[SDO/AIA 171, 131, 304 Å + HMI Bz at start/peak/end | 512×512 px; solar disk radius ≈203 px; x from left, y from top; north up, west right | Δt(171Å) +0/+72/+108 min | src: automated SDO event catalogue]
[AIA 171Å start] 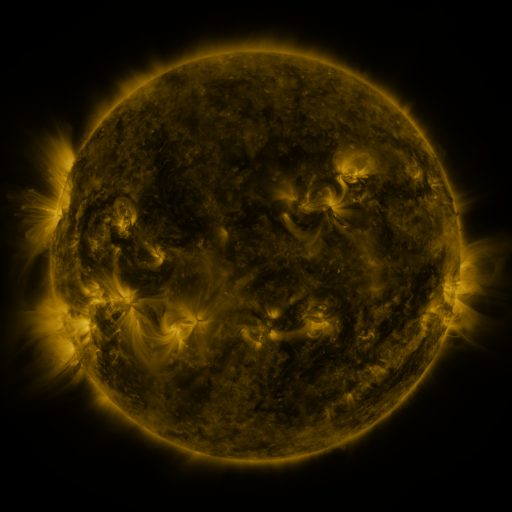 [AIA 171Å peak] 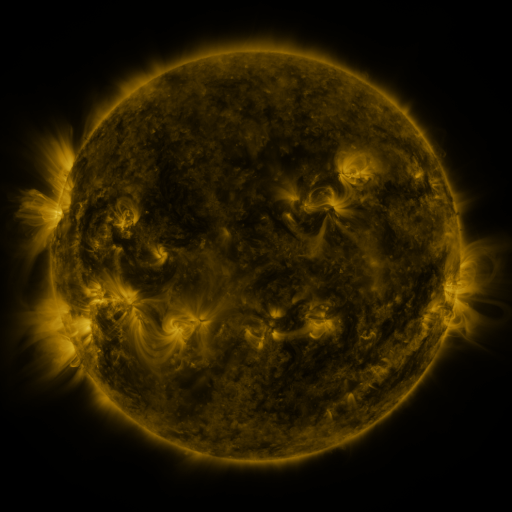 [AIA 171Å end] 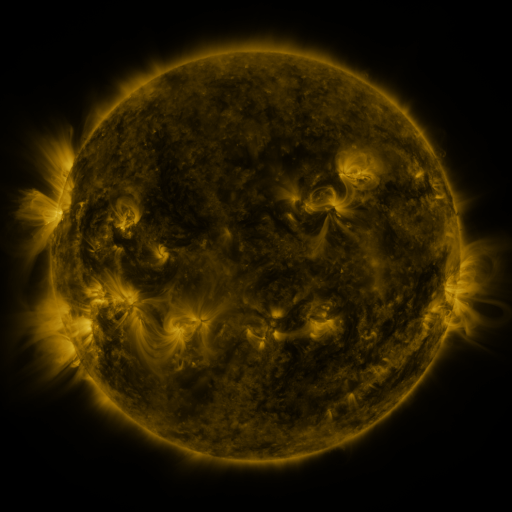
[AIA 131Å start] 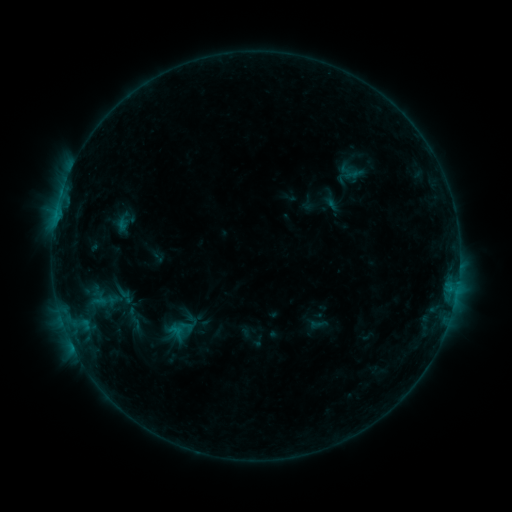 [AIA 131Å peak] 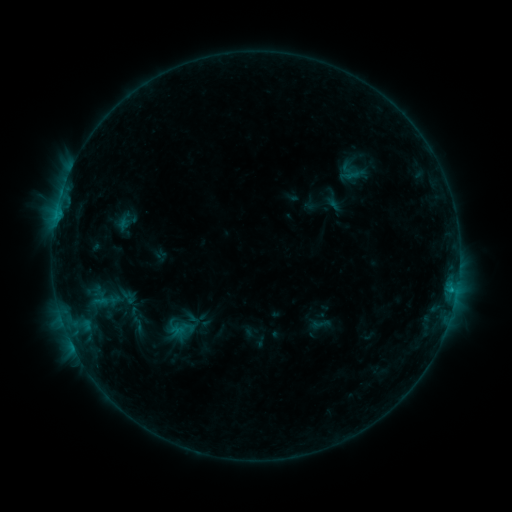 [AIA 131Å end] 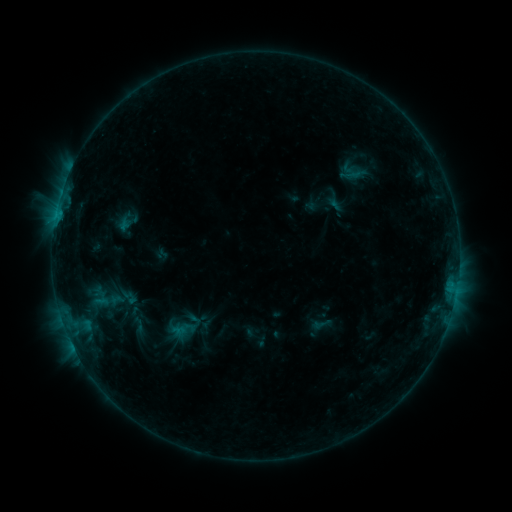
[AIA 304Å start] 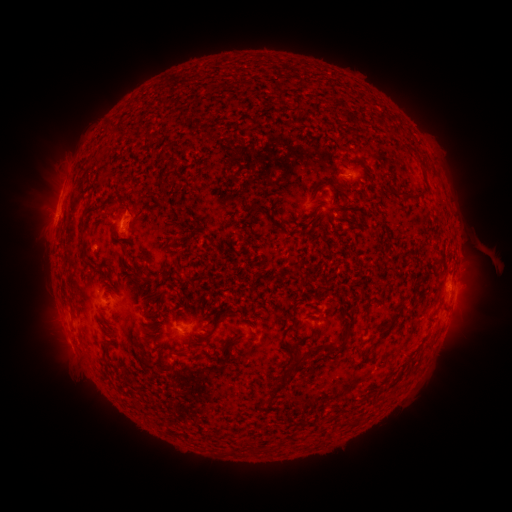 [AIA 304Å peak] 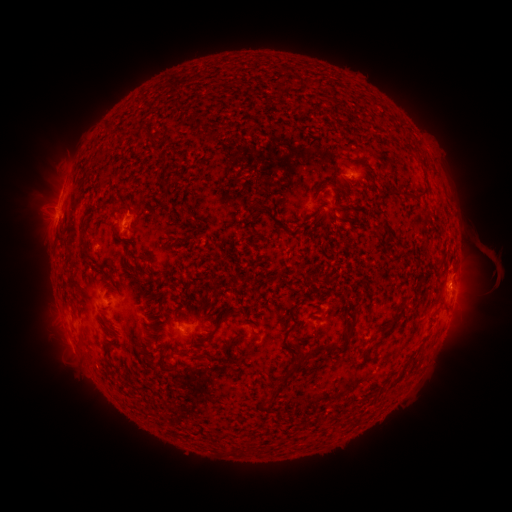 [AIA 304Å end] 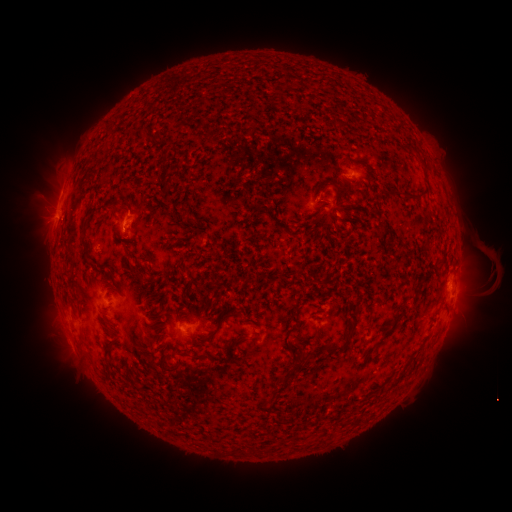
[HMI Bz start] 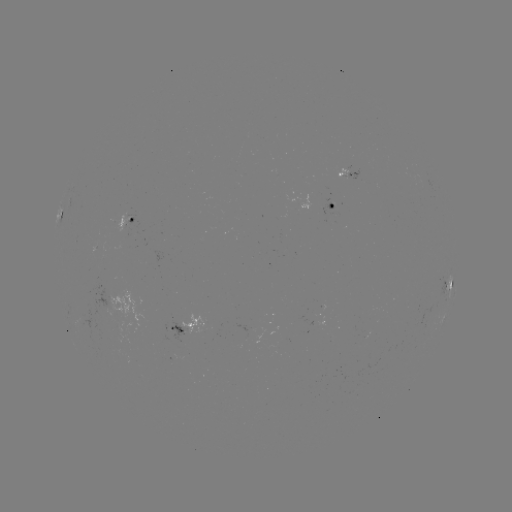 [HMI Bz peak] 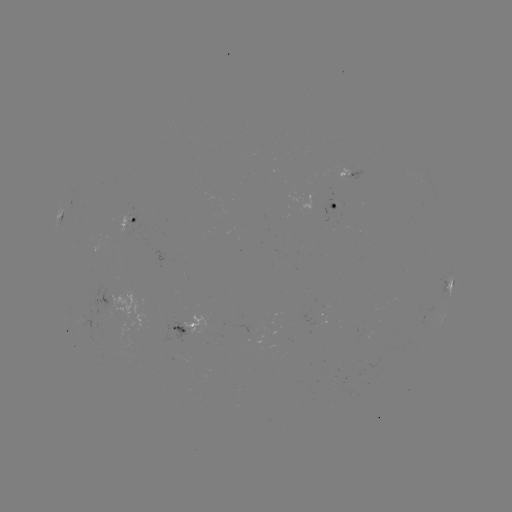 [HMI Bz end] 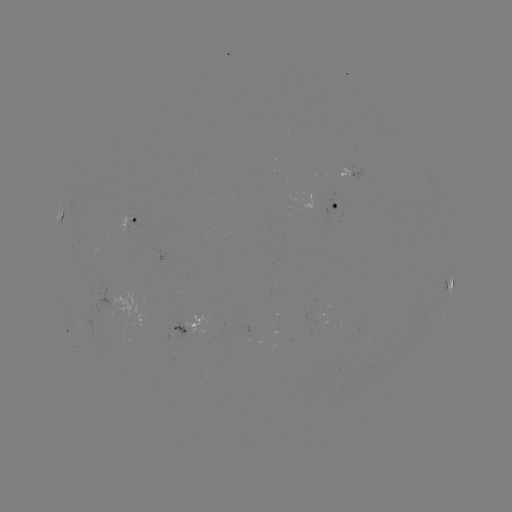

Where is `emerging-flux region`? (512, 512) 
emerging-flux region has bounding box [113, 322, 127, 338].